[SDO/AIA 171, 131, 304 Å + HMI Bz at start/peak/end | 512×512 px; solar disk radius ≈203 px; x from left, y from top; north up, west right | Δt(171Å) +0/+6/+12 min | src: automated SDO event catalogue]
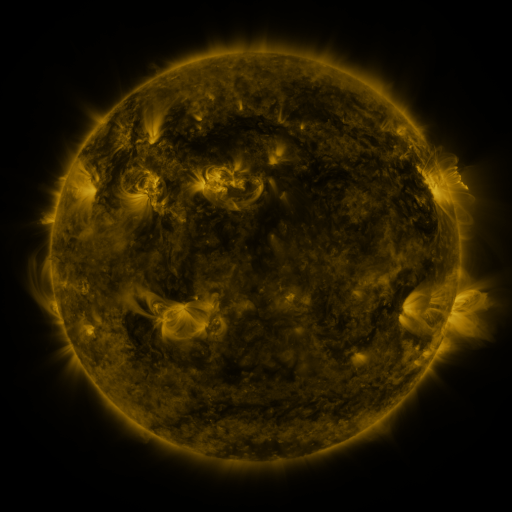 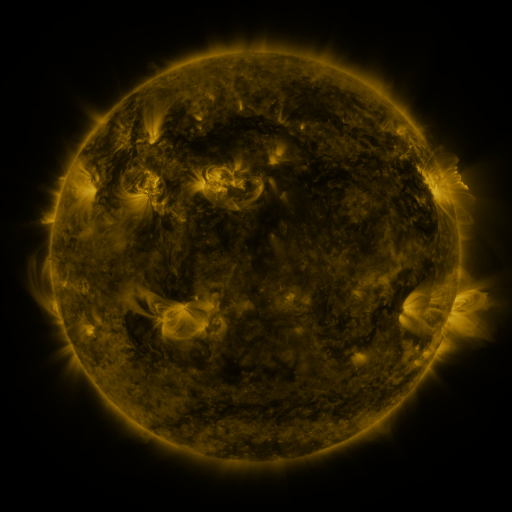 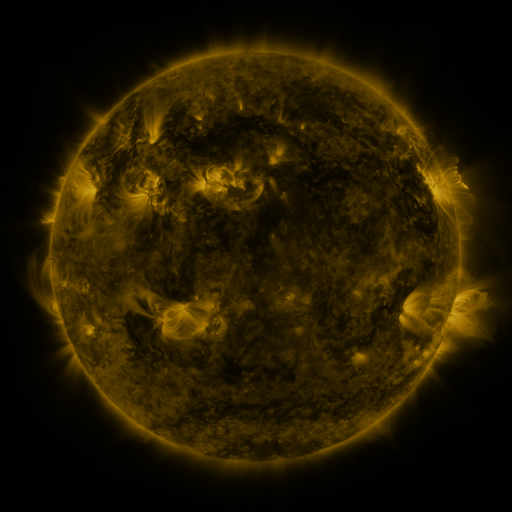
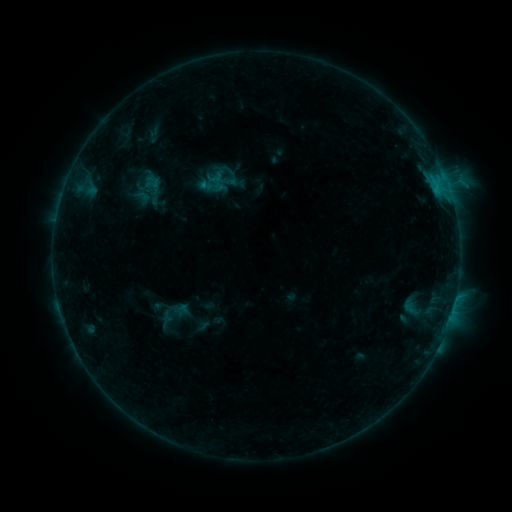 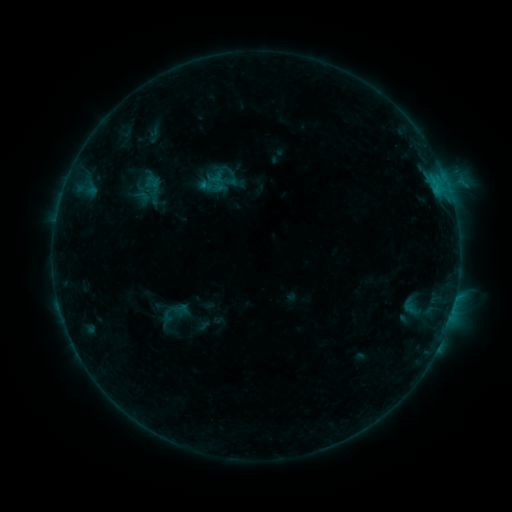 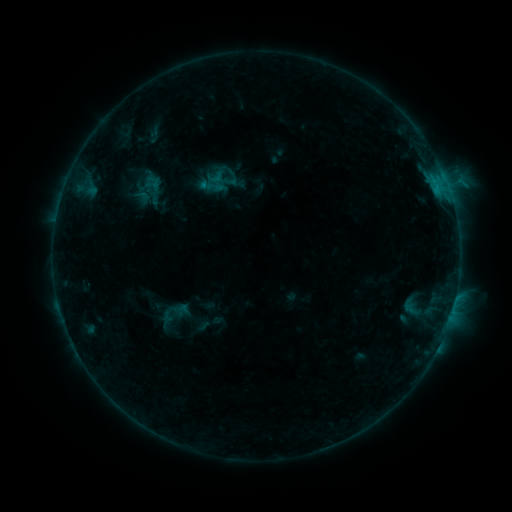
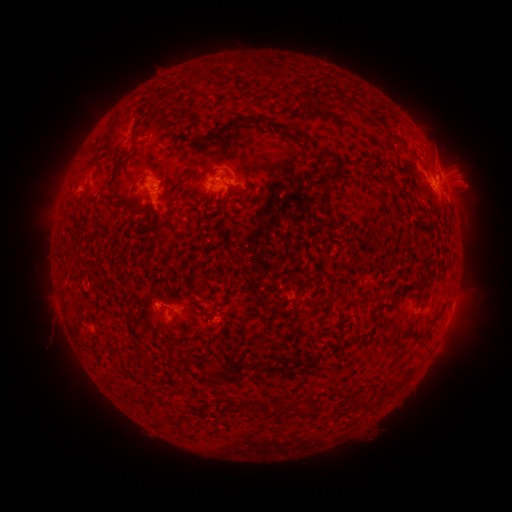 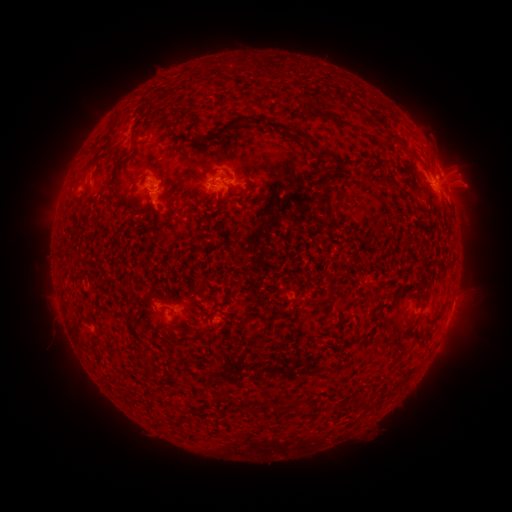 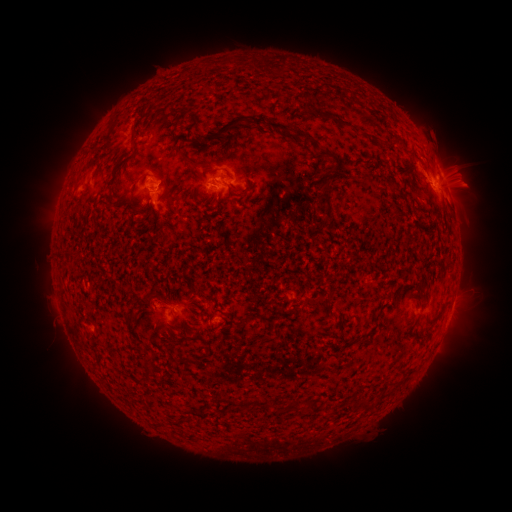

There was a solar eruption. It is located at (445, 354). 